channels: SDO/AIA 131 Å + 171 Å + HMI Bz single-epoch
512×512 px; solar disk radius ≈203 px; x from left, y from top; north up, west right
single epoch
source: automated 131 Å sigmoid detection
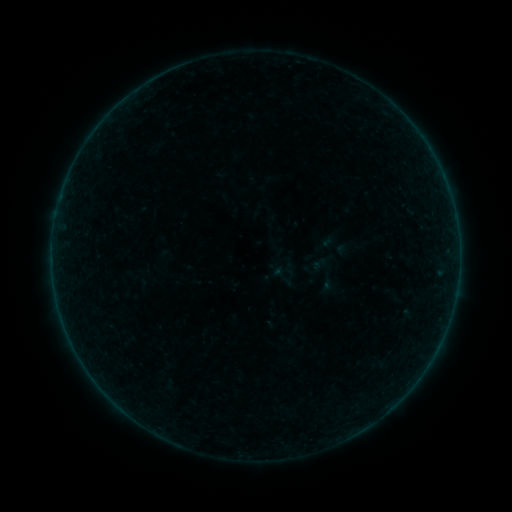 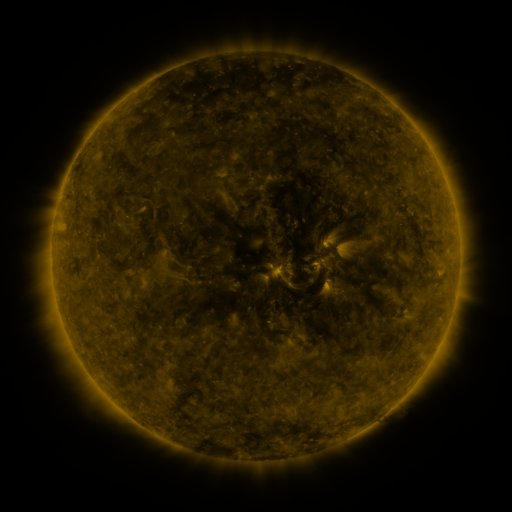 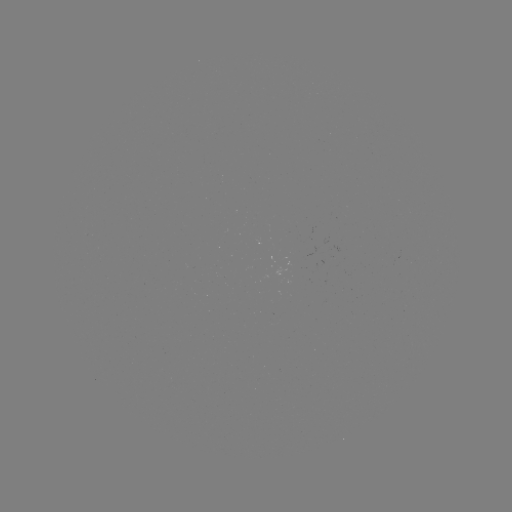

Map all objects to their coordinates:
sigmoid: (267, 261, 298, 291)
